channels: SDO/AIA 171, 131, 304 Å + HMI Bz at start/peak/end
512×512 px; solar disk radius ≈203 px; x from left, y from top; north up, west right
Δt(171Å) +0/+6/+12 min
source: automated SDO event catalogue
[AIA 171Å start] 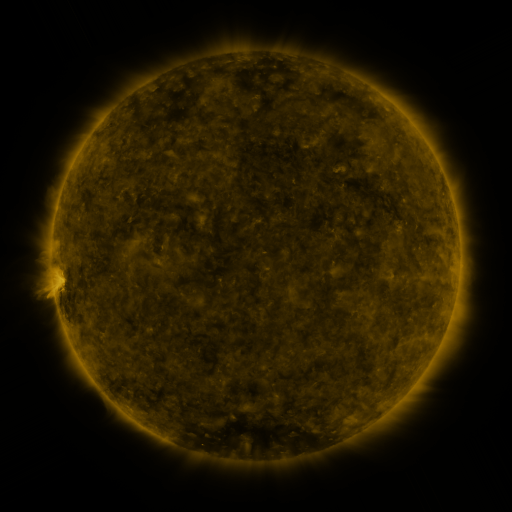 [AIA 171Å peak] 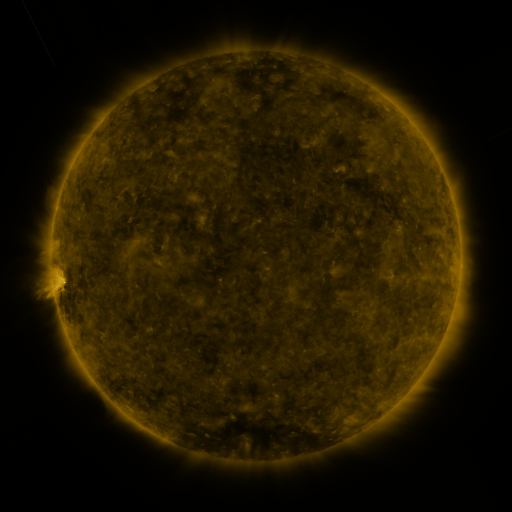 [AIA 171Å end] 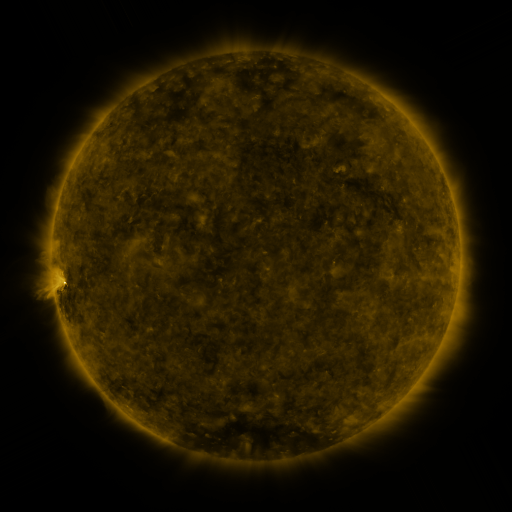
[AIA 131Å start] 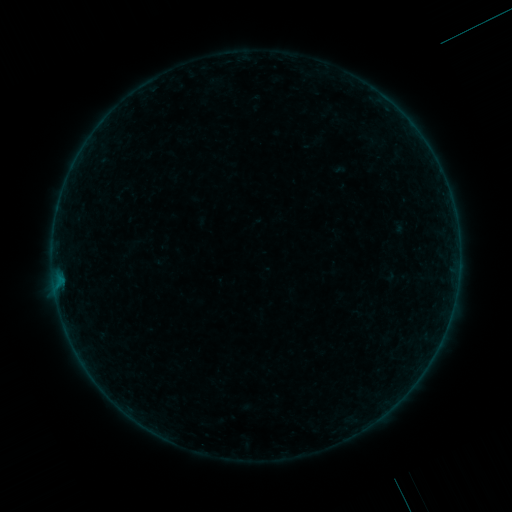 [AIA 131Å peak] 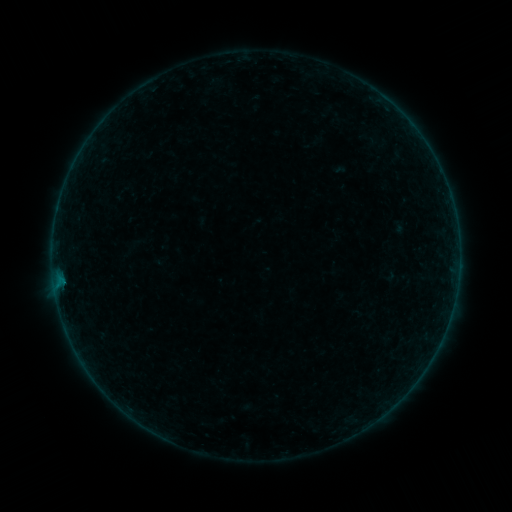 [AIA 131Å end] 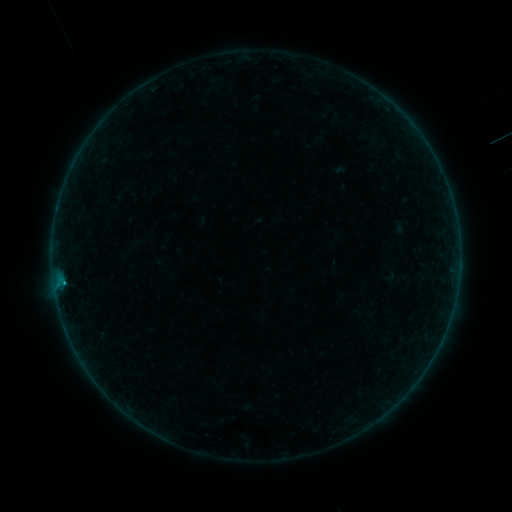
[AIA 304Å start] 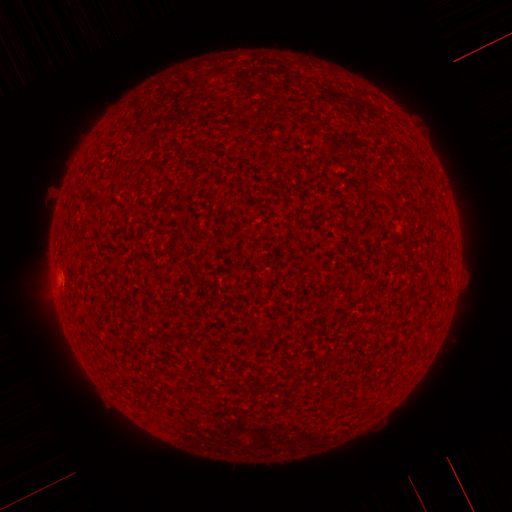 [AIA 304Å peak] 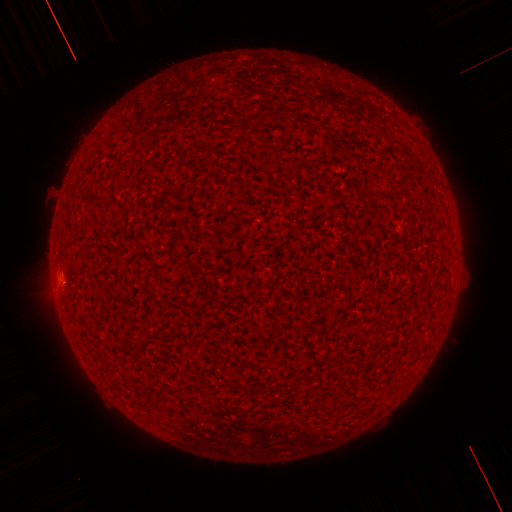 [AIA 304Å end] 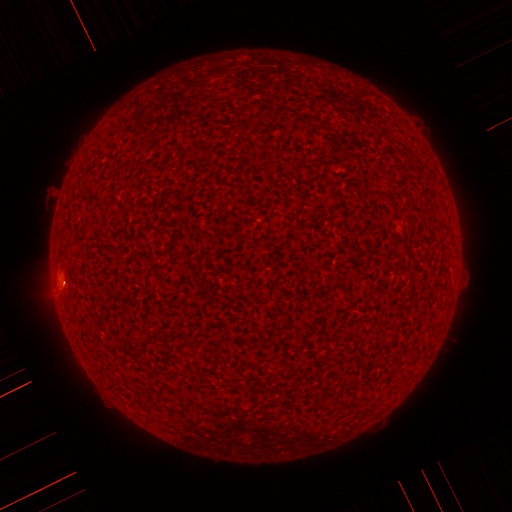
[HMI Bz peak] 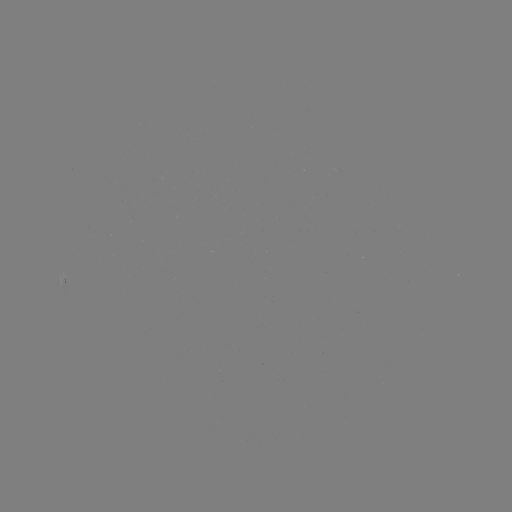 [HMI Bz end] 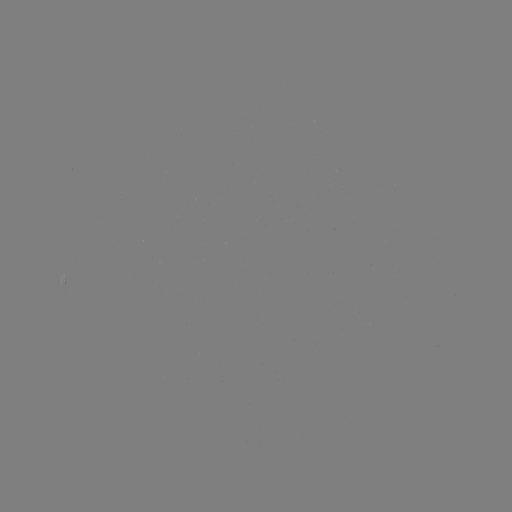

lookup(B1.8 flare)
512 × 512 63,280